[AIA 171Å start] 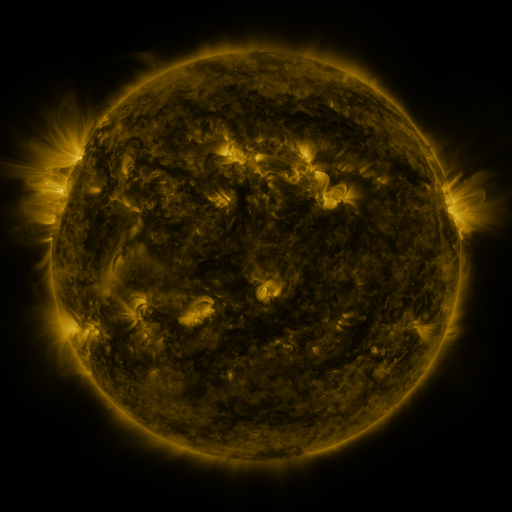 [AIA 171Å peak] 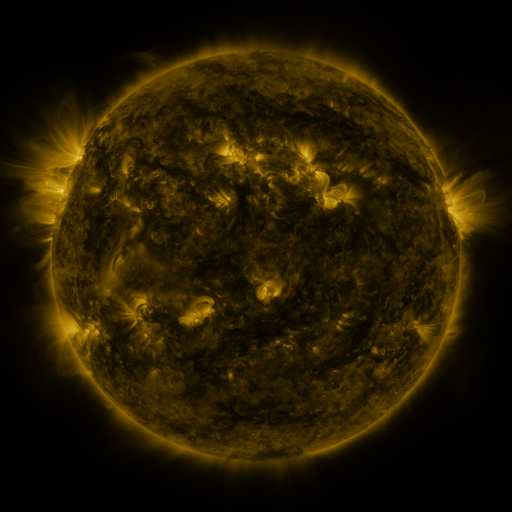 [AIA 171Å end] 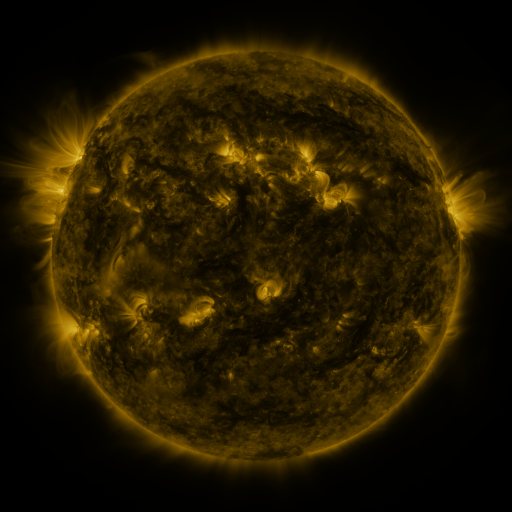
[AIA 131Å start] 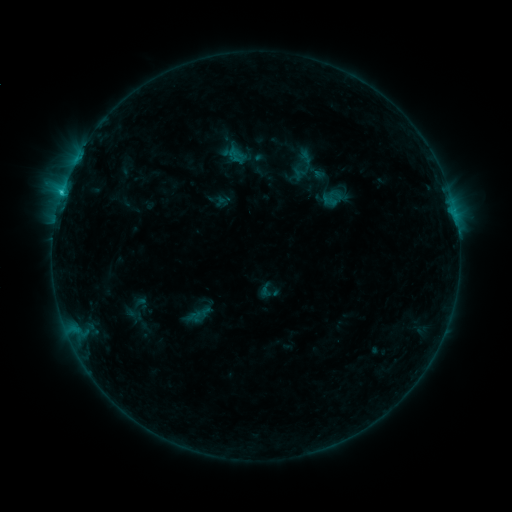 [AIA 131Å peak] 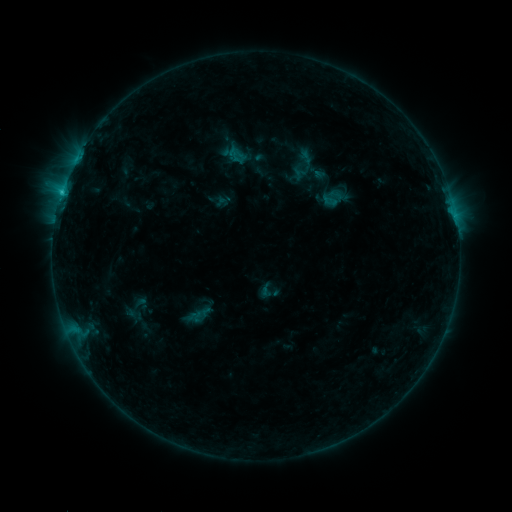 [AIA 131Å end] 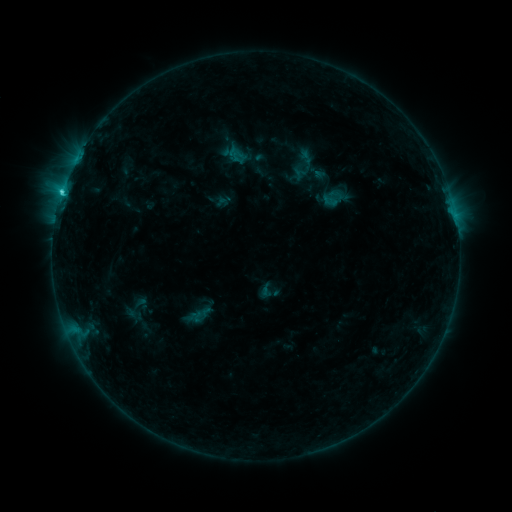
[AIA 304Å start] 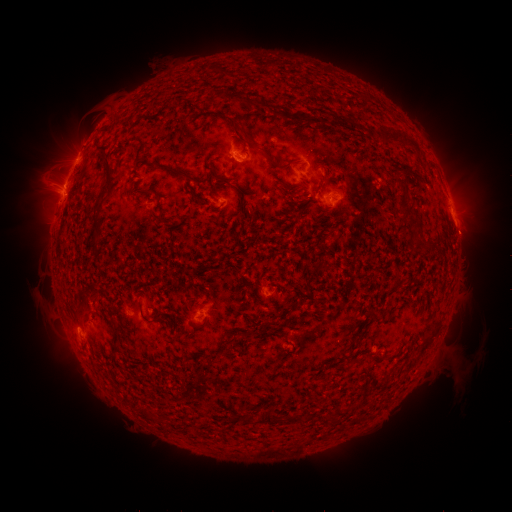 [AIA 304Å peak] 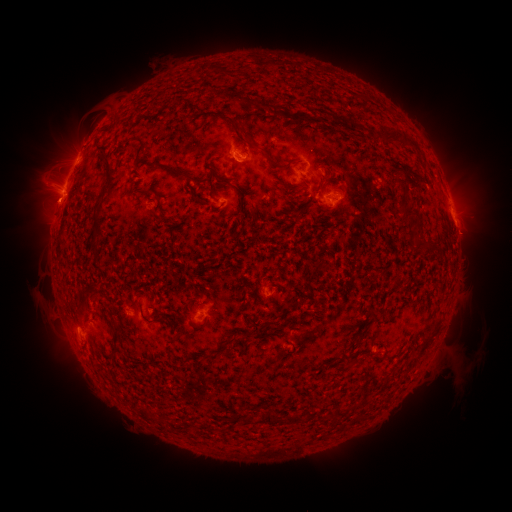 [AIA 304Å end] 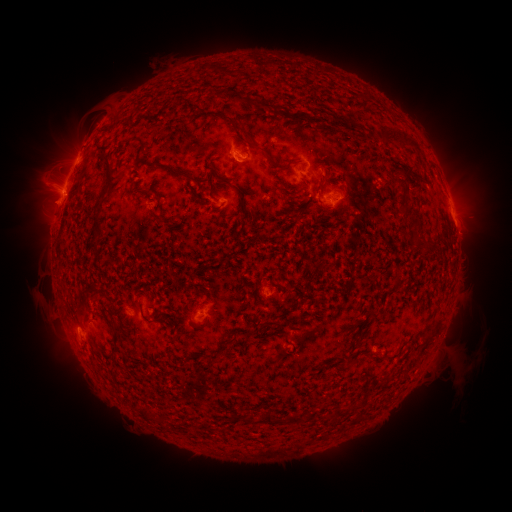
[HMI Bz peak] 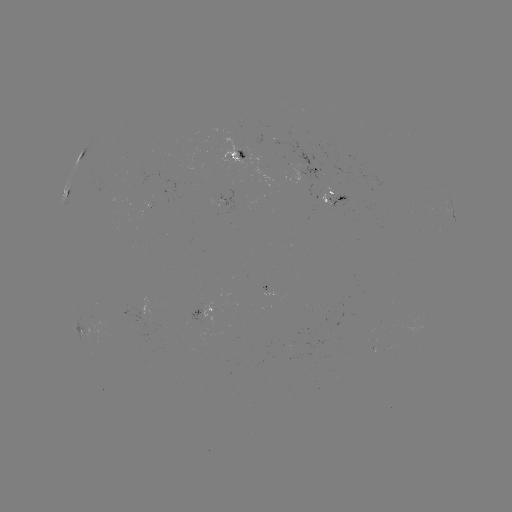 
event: eruption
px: (52, 209)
